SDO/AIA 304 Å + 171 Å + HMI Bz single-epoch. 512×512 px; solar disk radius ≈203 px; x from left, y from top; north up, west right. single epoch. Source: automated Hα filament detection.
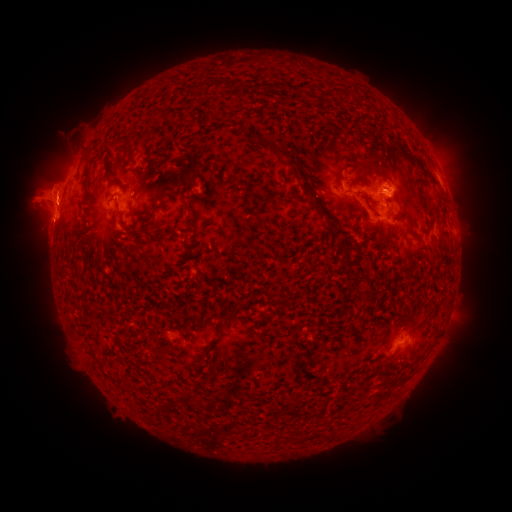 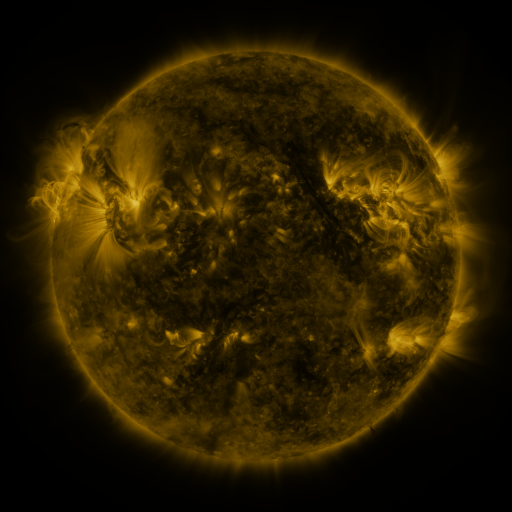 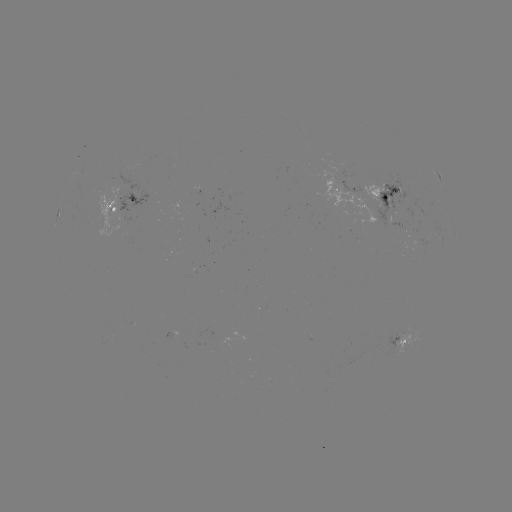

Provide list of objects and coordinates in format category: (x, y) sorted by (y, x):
filament: (239, 86)
filament: (130, 138)
filament: (370, 147)
filament: (274, 148)
filament: (137, 171)
filament: (428, 177)
filament: (299, 181)
filament: (312, 182)
filament: (166, 190)
filament: (116, 202)
filament: (147, 212)
filament: (333, 226)
filament: (126, 227)
filament: (185, 232)
filament: (412, 233)
filament: (88, 235)
filament: (385, 238)
filament: (438, 241)
filament: (138, 251)
filament: (92, 309)
filament: (232, 314)
